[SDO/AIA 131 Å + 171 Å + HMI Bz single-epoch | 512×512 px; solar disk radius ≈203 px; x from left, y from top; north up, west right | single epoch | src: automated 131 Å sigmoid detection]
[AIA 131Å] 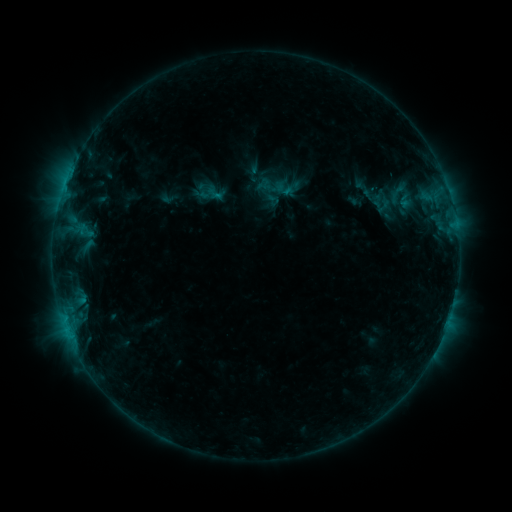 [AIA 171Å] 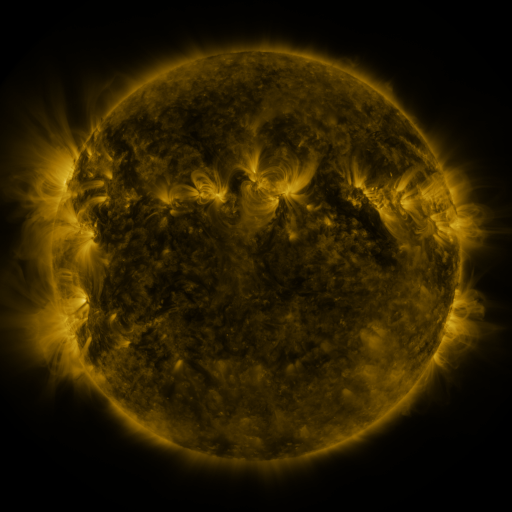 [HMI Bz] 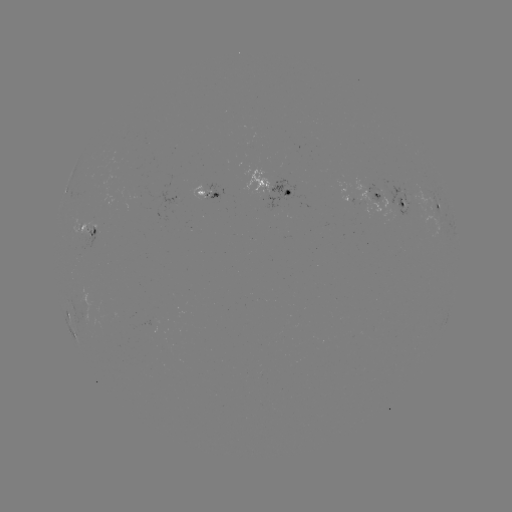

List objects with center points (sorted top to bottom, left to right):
sigmoid: <bbox>377, 180, 417, 207</bbox>
